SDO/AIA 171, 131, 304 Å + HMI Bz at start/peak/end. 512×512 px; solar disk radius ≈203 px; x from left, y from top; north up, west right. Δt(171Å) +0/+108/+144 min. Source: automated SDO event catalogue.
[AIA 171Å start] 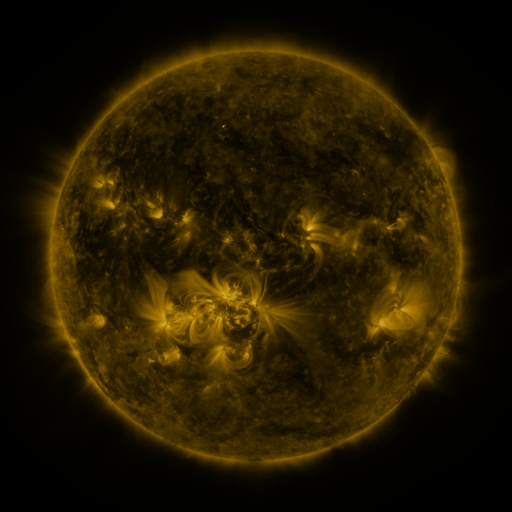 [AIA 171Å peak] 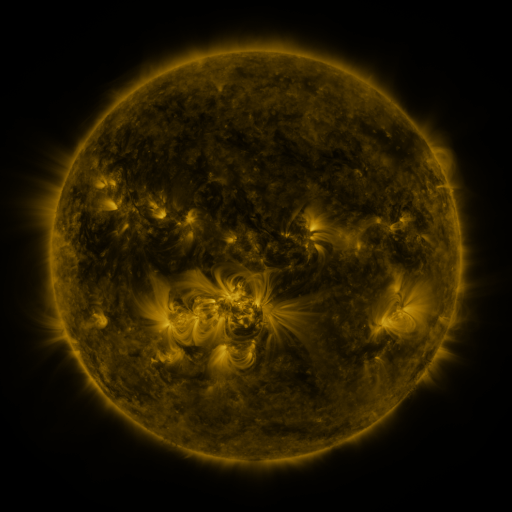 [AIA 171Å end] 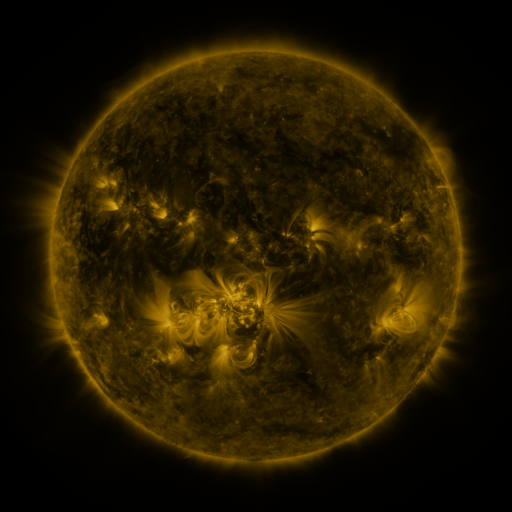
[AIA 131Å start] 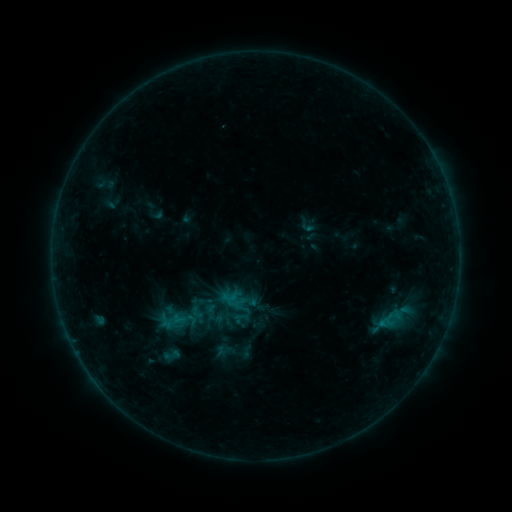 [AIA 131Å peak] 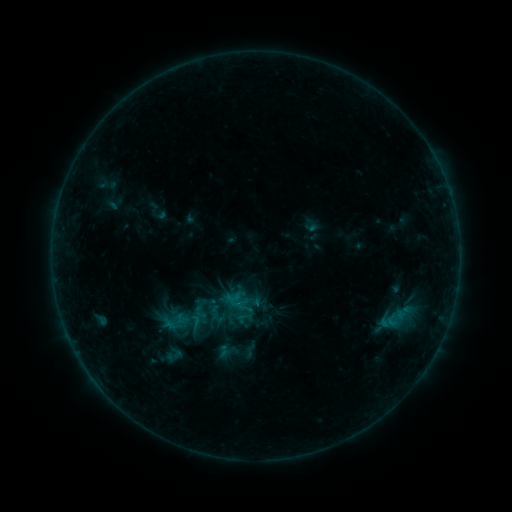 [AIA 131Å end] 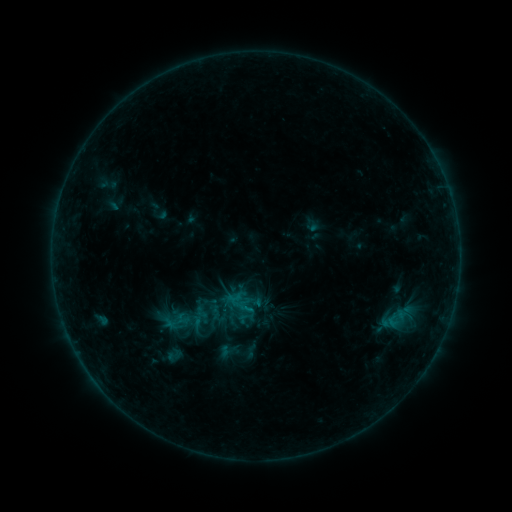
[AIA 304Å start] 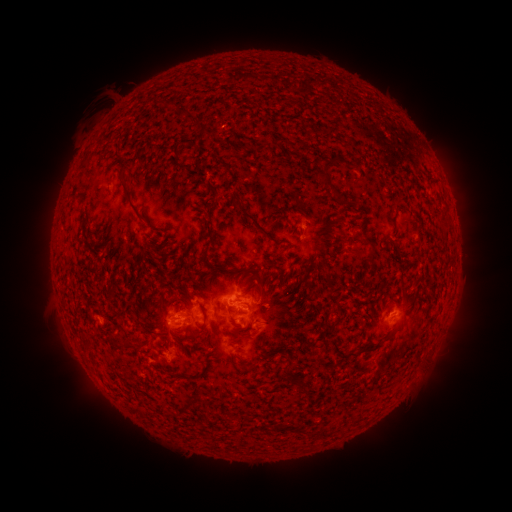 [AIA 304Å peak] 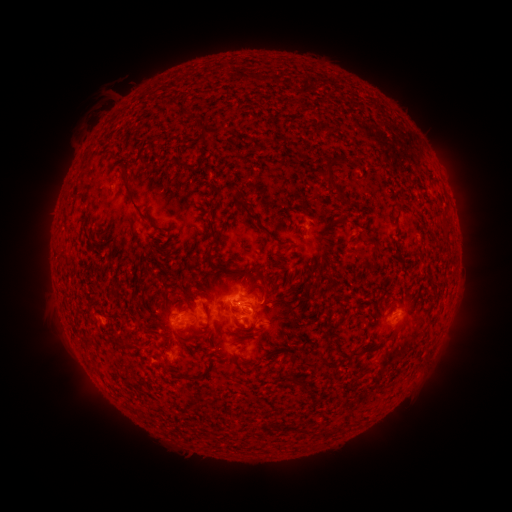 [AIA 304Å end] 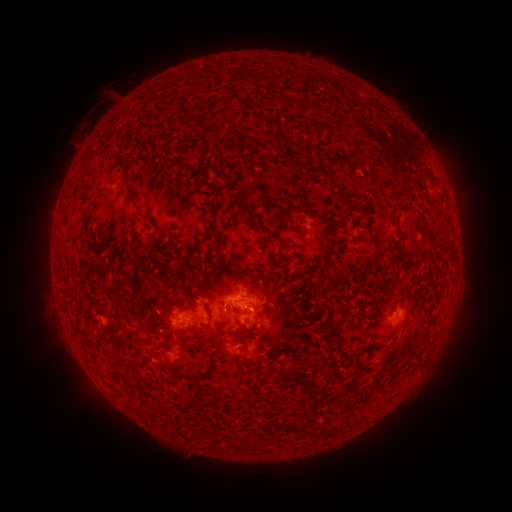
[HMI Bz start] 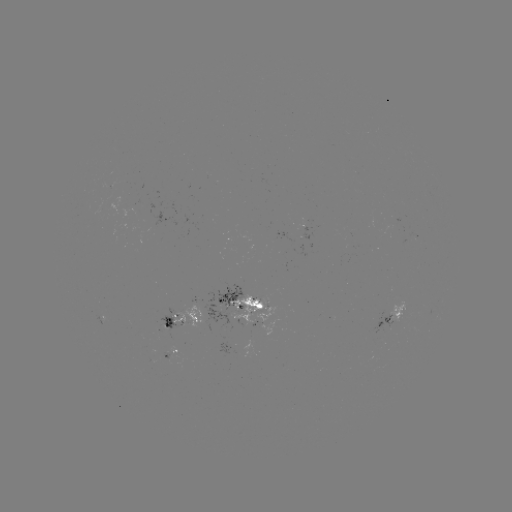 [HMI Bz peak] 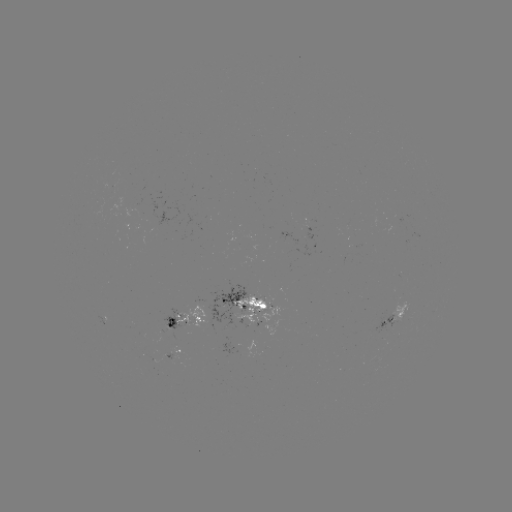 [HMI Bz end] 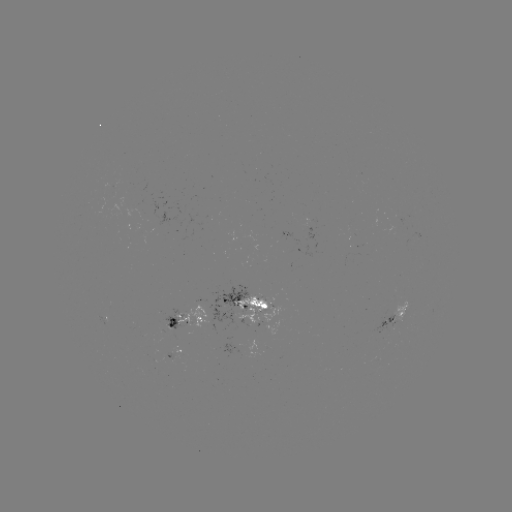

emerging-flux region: [157, 306, 193, 340]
